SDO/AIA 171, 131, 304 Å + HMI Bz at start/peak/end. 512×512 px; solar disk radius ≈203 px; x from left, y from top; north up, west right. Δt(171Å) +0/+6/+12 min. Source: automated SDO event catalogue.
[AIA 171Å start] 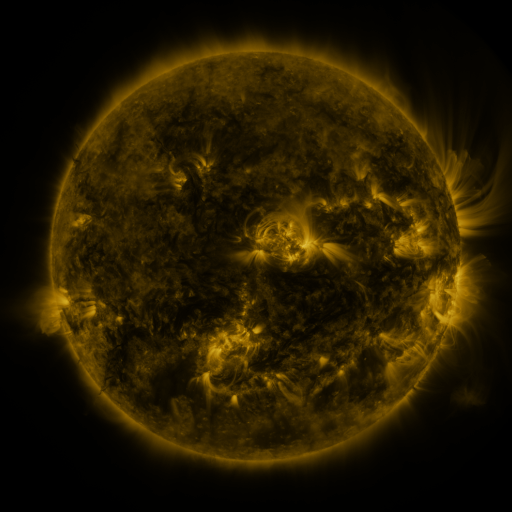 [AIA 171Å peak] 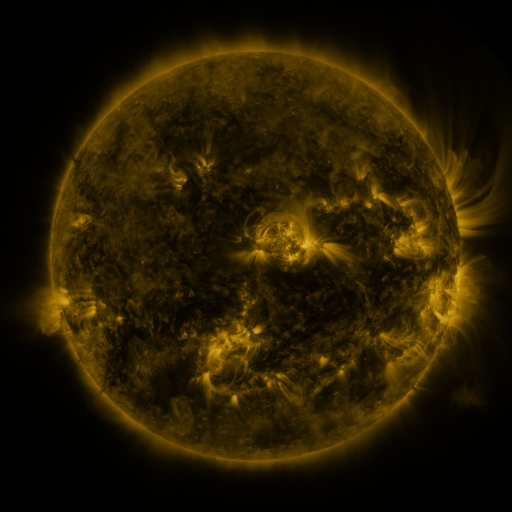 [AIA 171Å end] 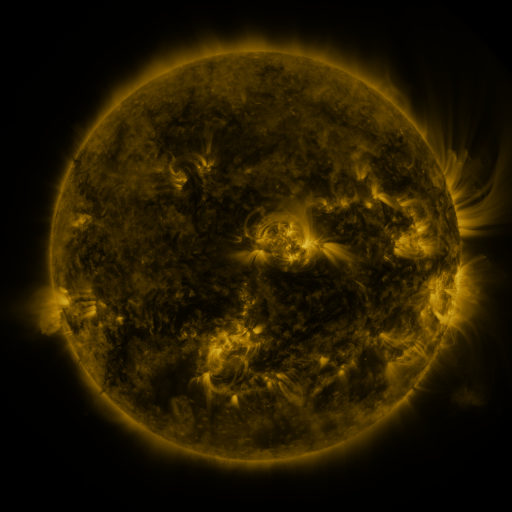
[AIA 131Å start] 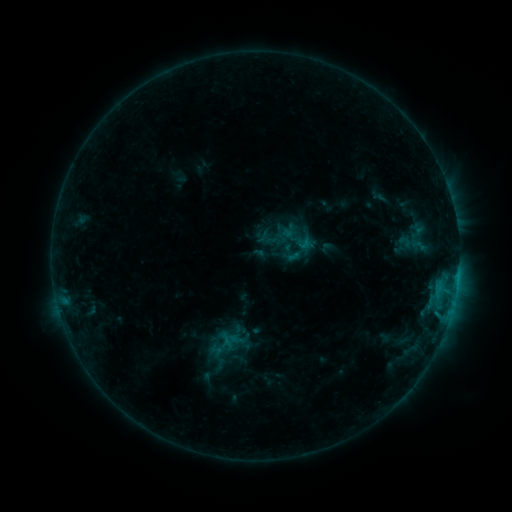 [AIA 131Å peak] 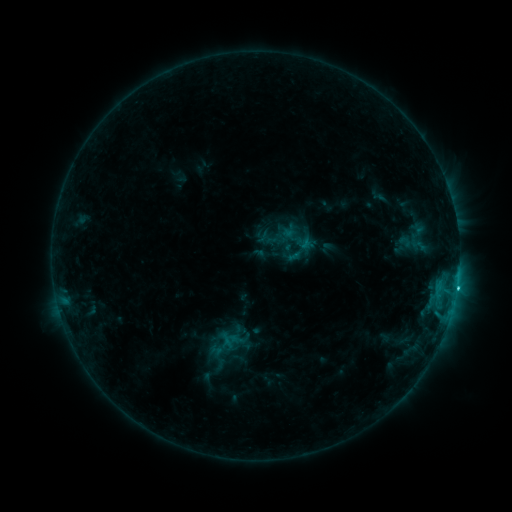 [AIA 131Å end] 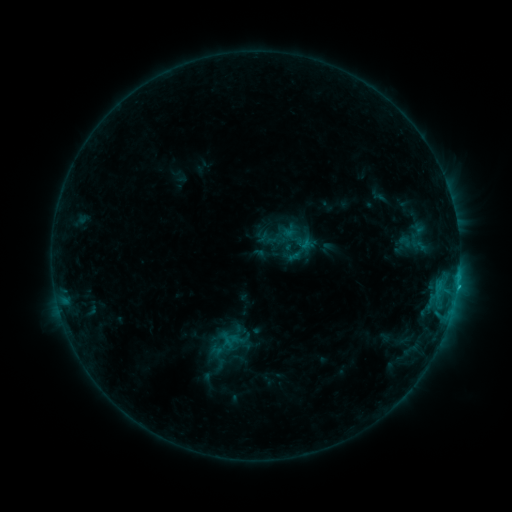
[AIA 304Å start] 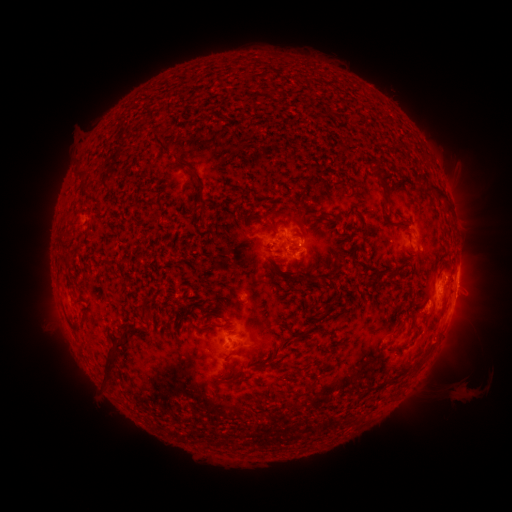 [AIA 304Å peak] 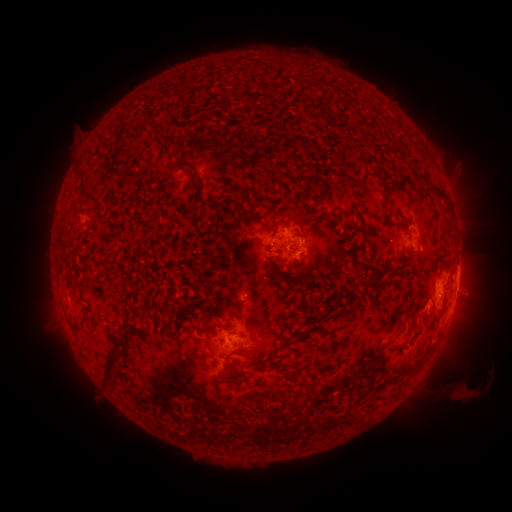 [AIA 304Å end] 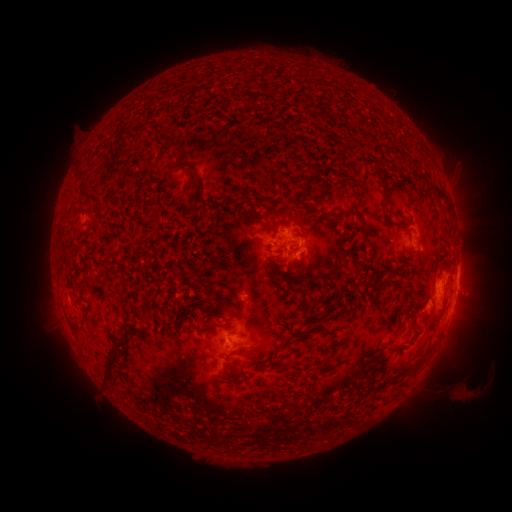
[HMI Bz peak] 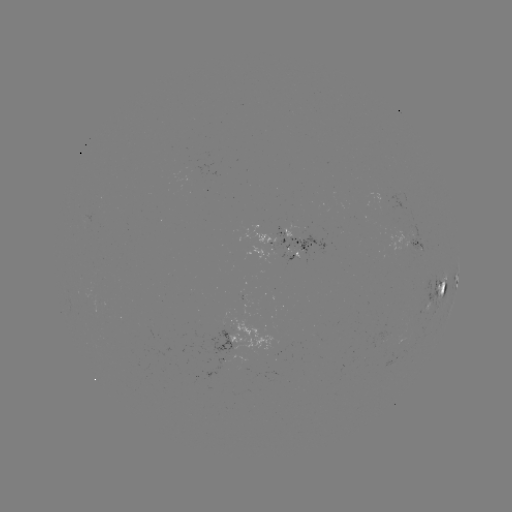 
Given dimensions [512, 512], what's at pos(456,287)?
C1.2 flare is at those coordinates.